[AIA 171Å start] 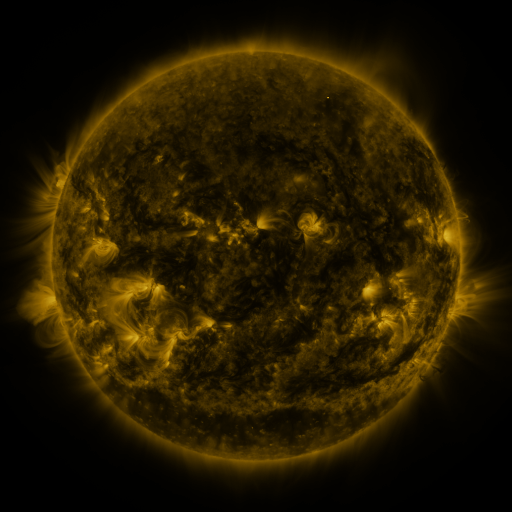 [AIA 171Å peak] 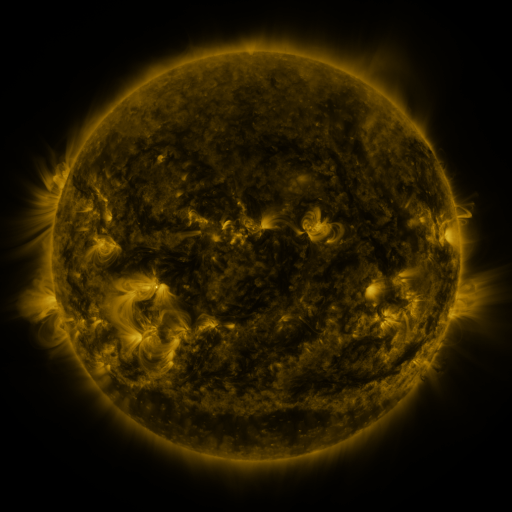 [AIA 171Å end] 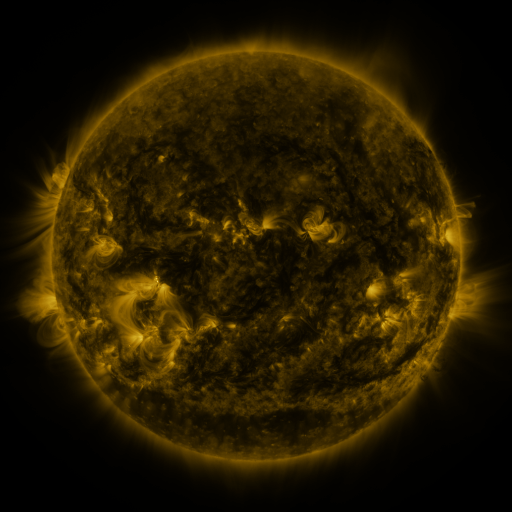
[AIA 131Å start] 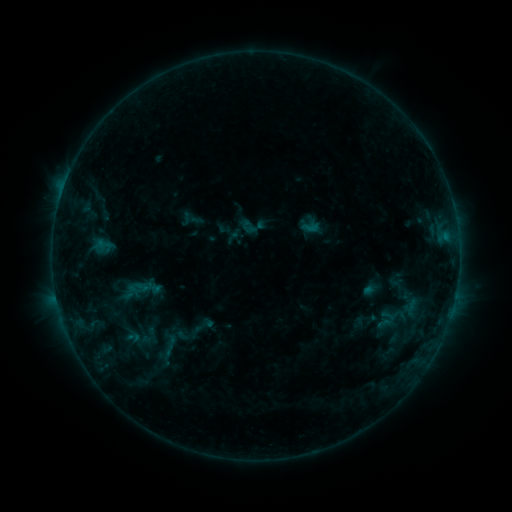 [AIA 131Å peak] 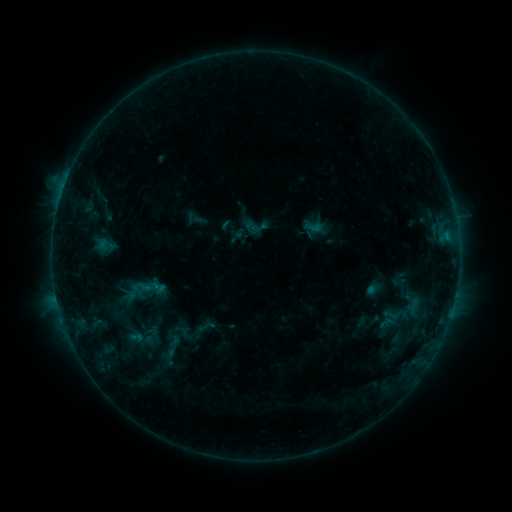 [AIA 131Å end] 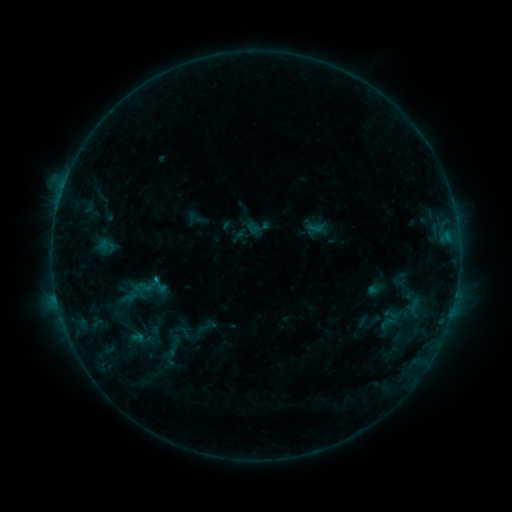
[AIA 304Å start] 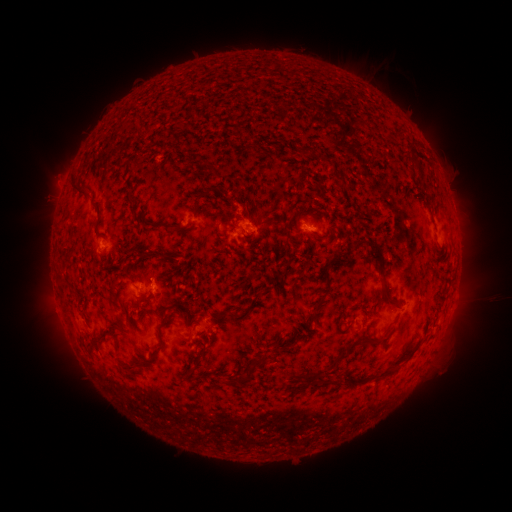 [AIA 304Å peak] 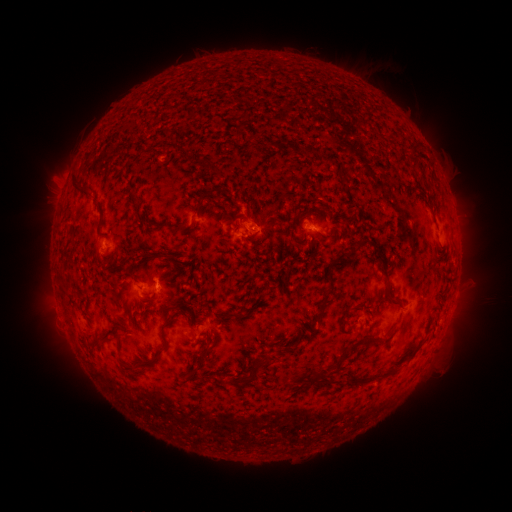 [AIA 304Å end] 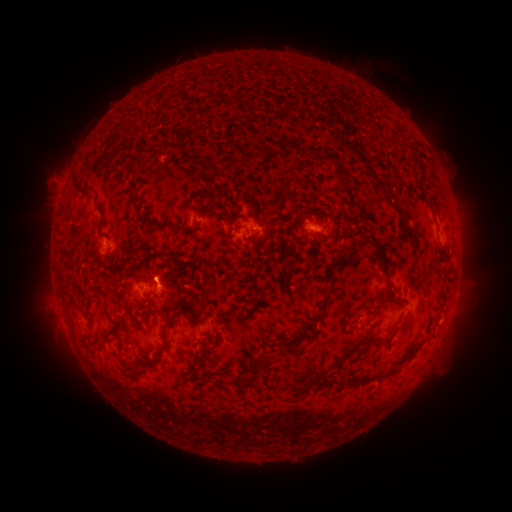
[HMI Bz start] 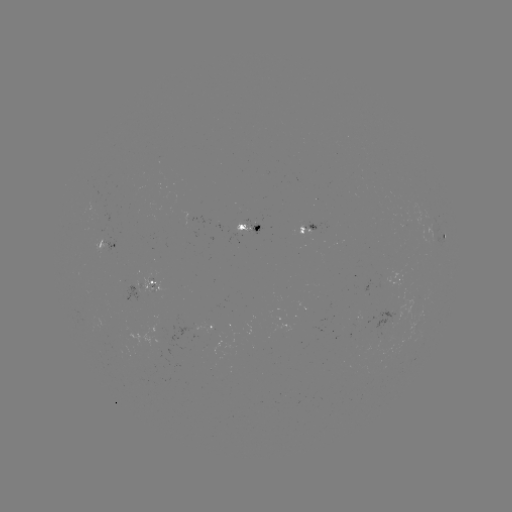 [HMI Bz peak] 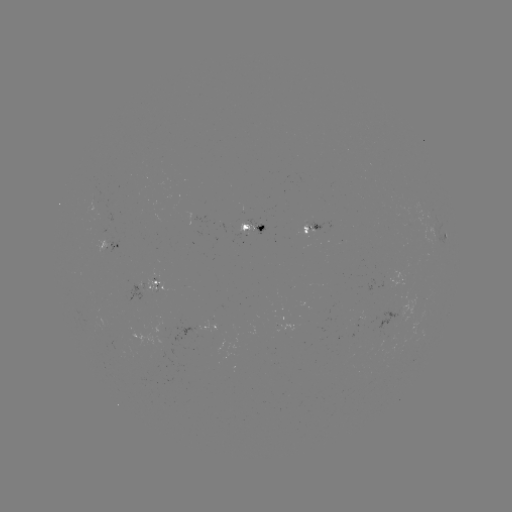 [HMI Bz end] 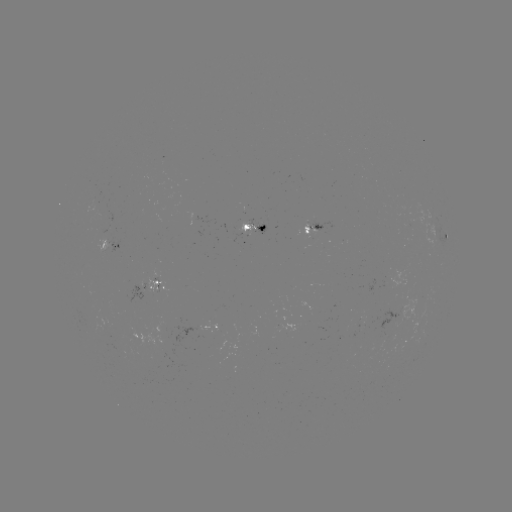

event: emerging-flux region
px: (100, 204)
